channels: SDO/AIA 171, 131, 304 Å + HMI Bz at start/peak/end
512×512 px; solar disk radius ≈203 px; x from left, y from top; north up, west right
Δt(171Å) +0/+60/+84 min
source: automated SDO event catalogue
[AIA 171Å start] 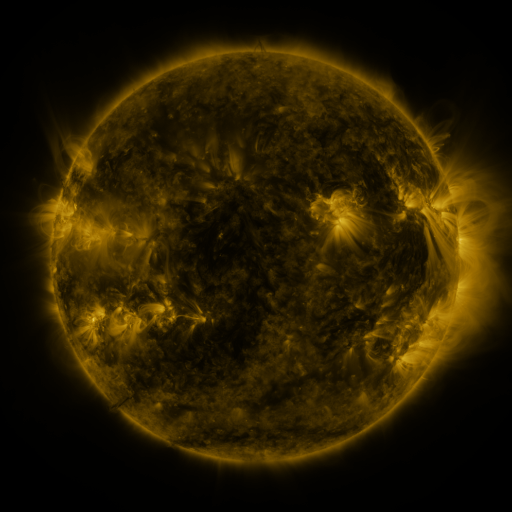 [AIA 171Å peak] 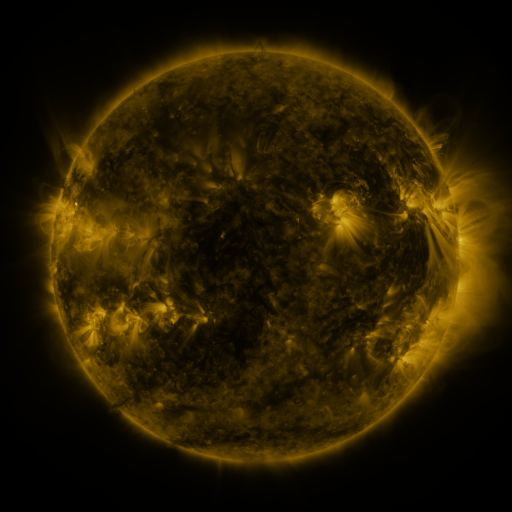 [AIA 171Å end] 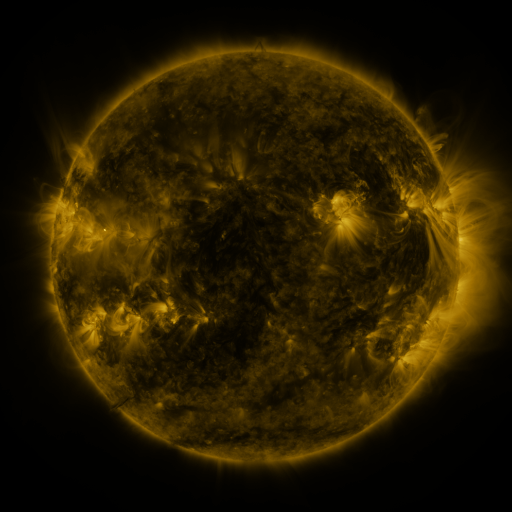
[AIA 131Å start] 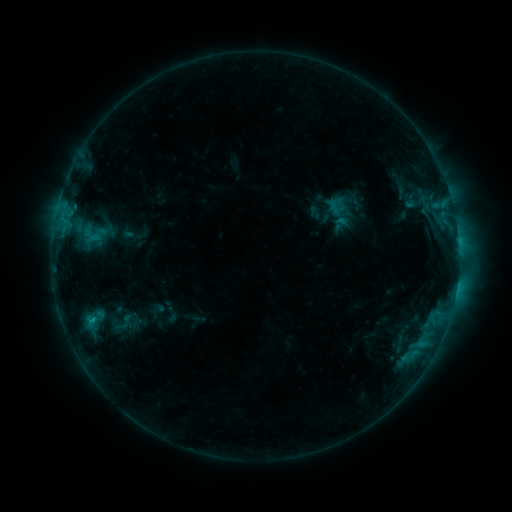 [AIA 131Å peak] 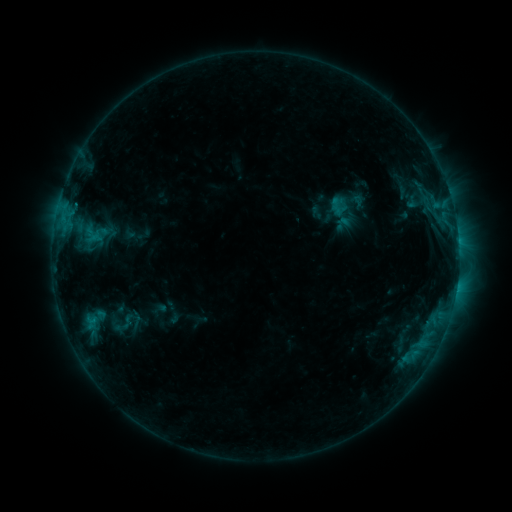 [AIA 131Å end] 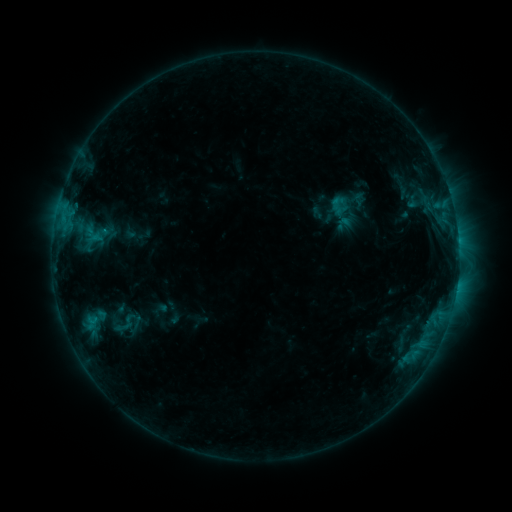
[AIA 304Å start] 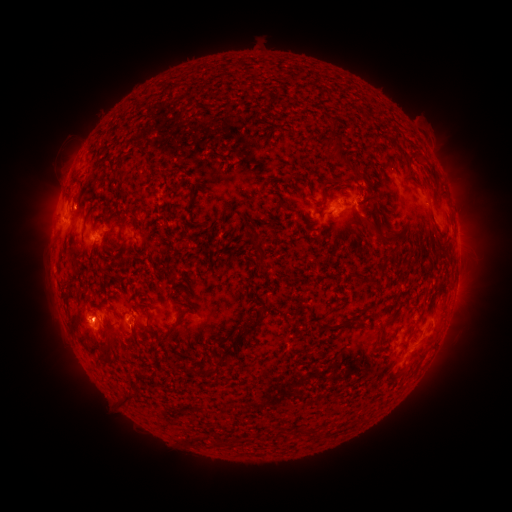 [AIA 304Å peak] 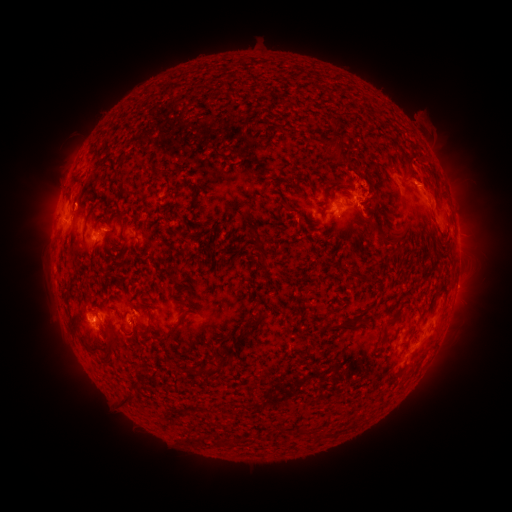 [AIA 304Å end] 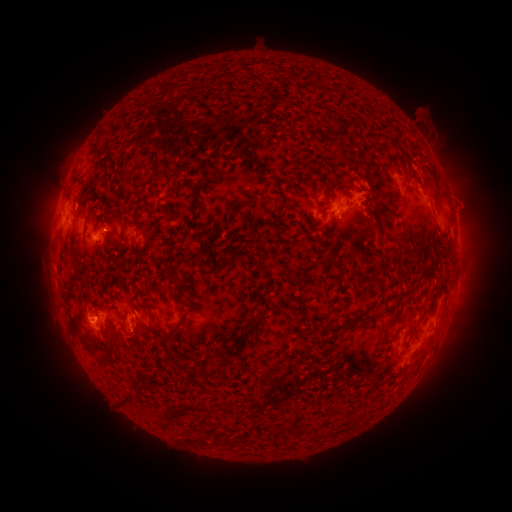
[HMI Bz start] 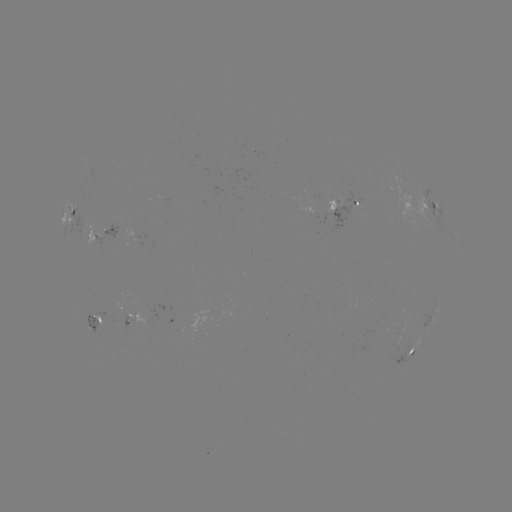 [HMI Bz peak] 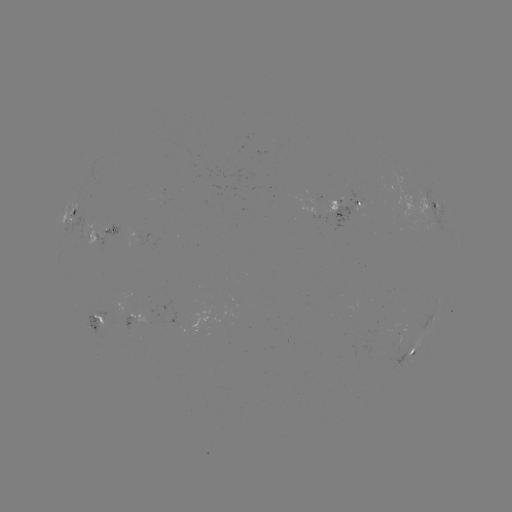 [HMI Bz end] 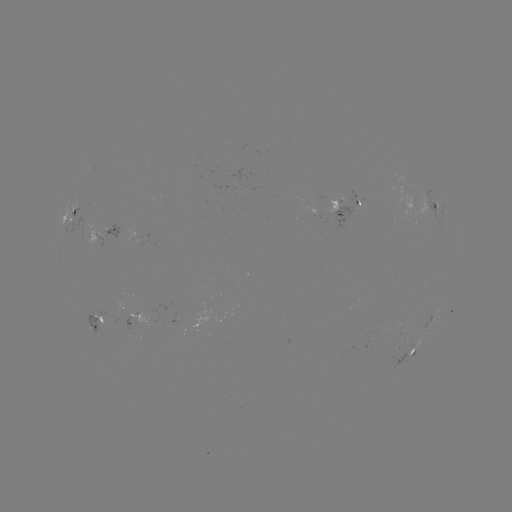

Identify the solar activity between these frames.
emerging-flux region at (136, 234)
